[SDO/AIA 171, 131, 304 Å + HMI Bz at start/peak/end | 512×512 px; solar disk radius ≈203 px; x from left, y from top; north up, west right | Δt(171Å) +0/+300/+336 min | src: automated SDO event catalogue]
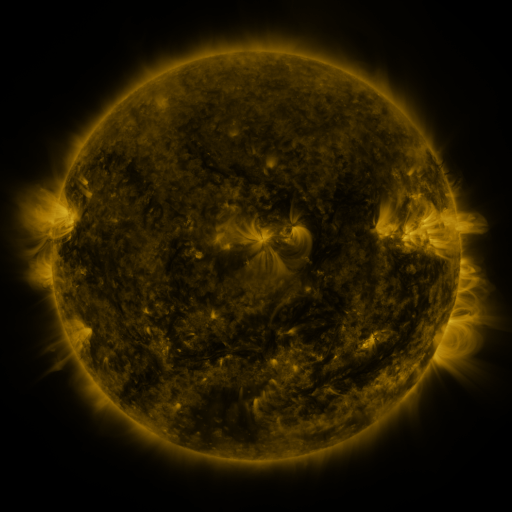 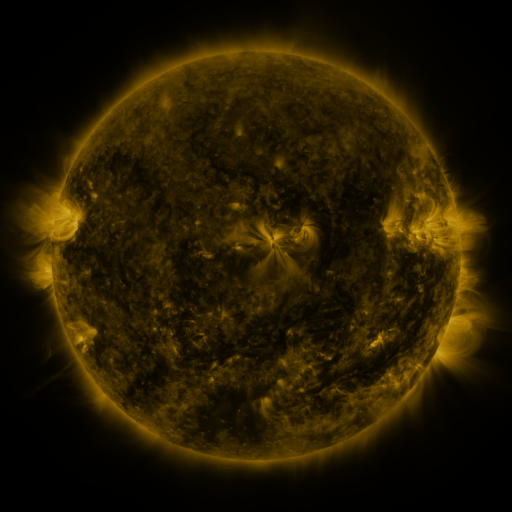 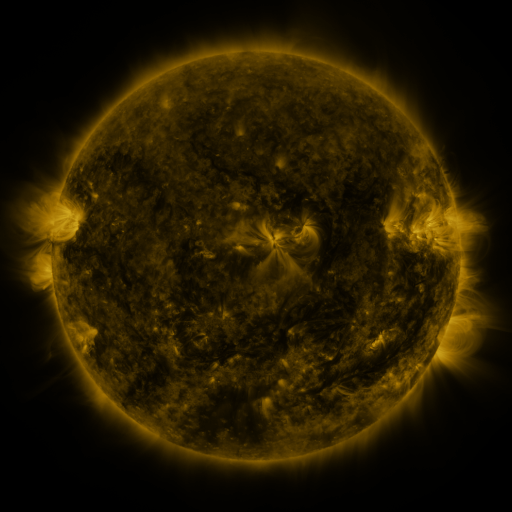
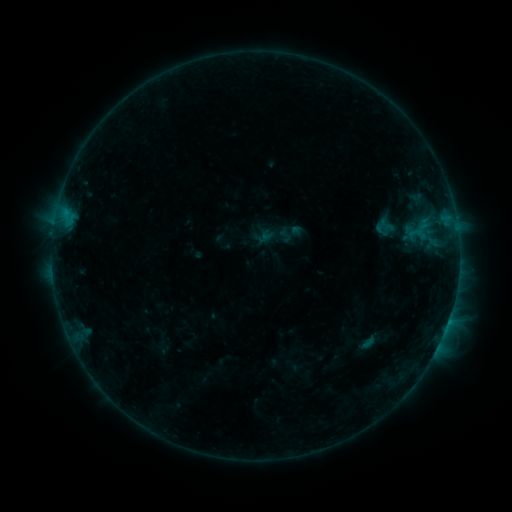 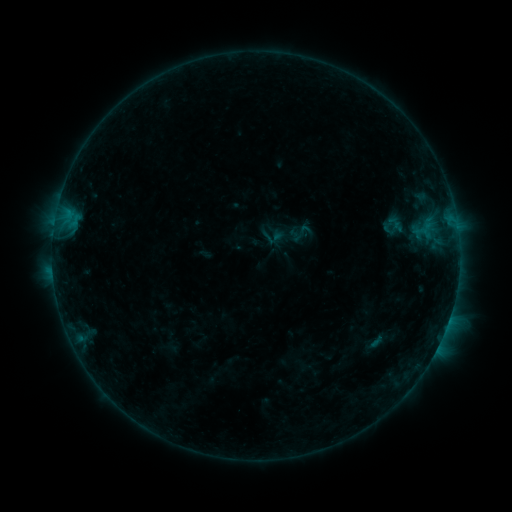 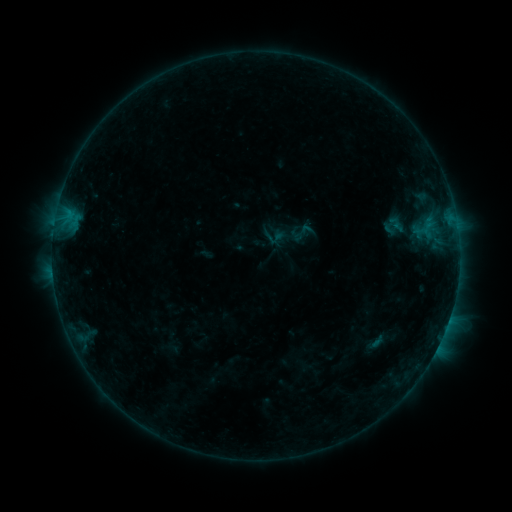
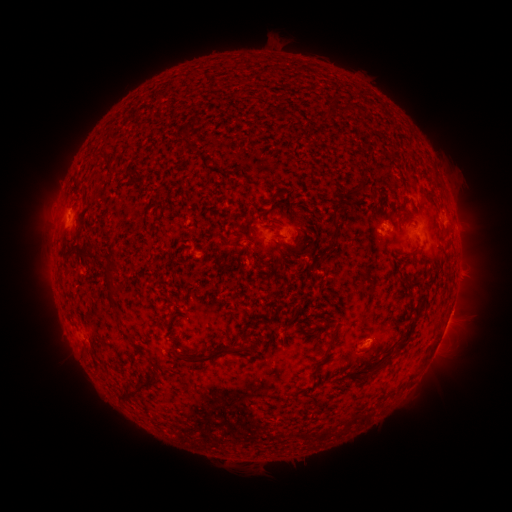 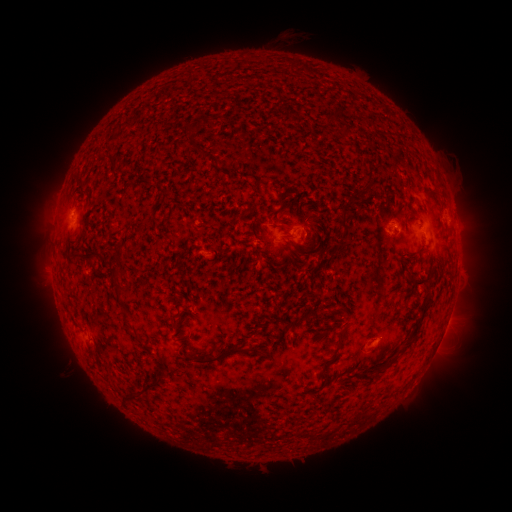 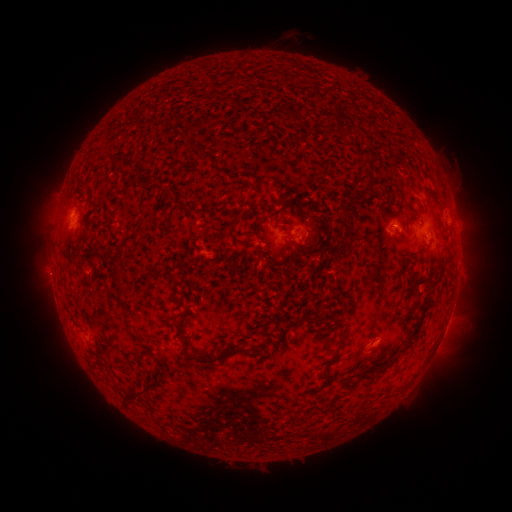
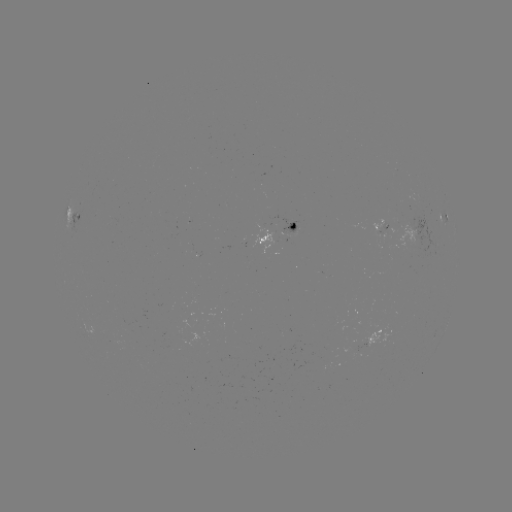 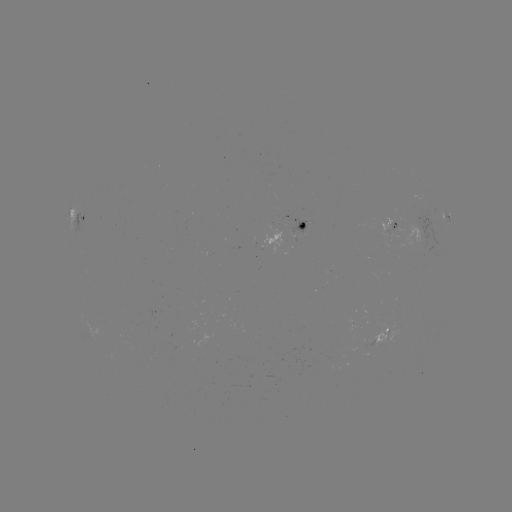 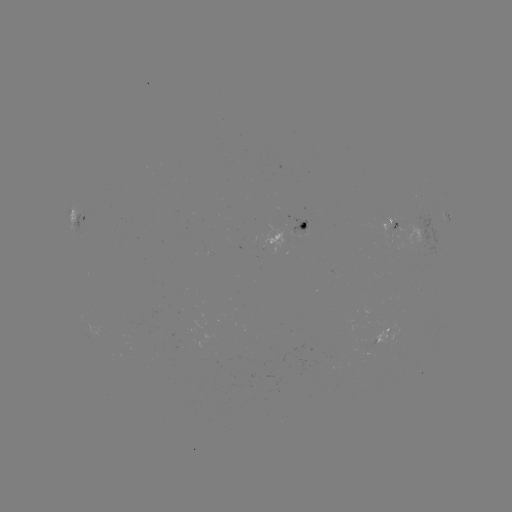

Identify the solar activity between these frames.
emerging-flux region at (391, 233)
